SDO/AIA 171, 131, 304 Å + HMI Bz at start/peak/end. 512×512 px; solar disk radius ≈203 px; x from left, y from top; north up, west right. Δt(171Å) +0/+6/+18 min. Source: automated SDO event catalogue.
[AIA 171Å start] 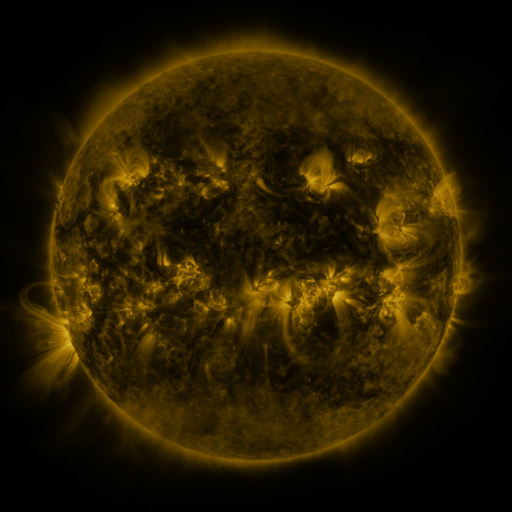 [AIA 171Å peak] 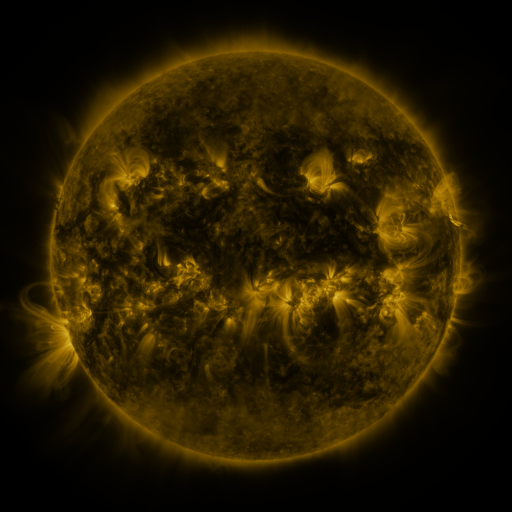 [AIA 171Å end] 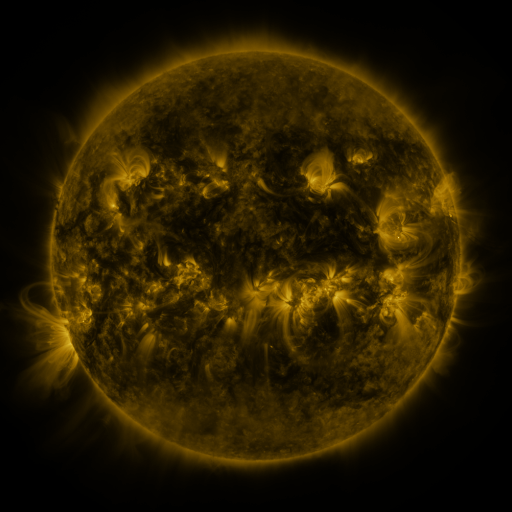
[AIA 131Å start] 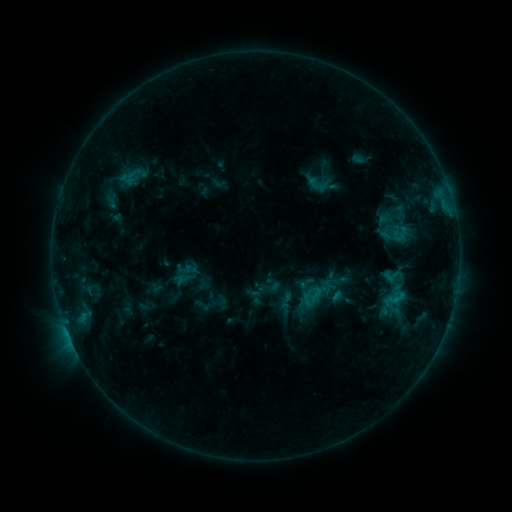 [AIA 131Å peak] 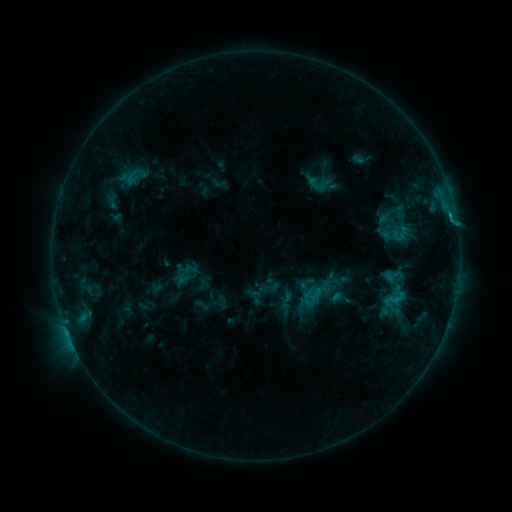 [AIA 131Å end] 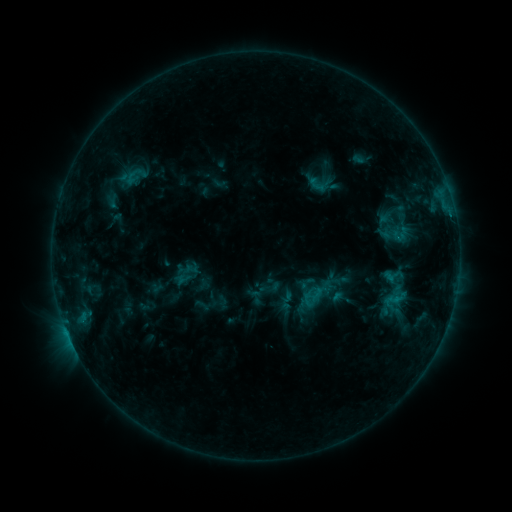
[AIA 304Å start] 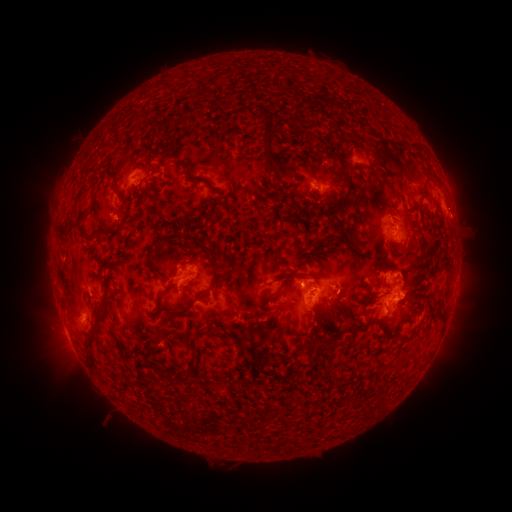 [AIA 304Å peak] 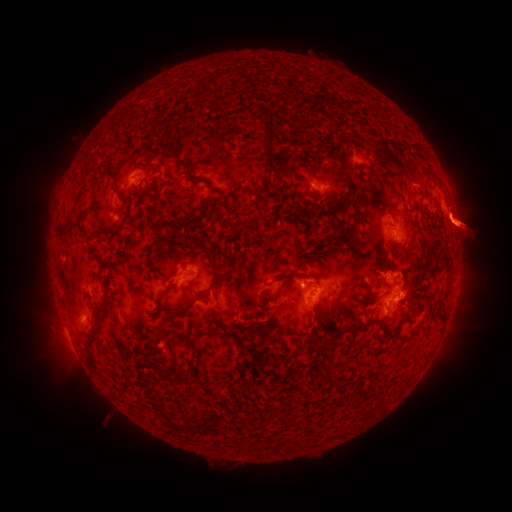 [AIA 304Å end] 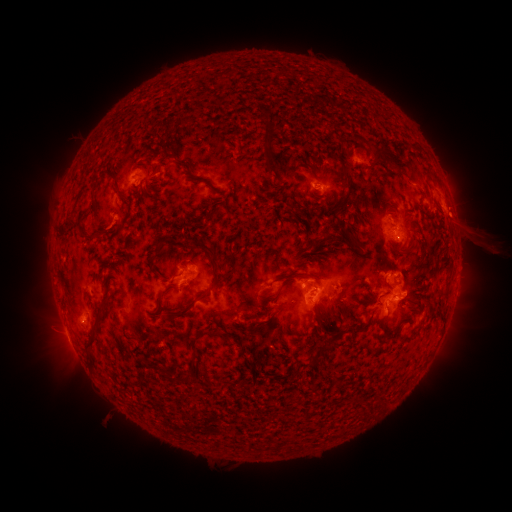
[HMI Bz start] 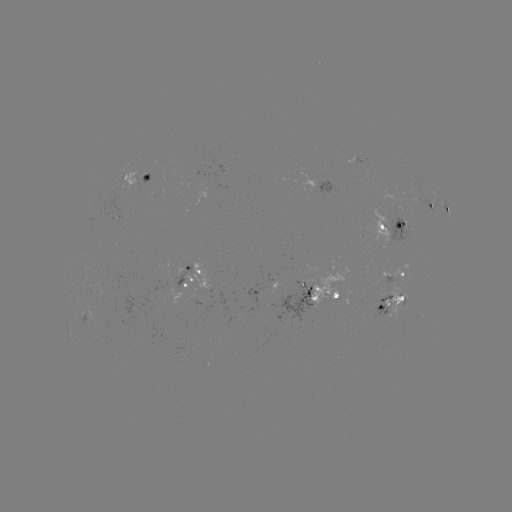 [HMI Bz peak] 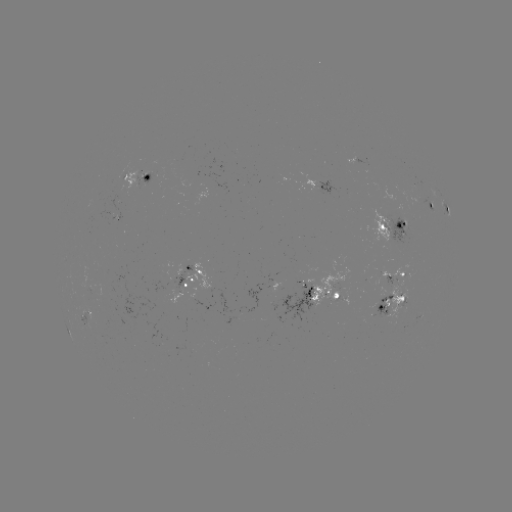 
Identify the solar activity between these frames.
eruption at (470, 232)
